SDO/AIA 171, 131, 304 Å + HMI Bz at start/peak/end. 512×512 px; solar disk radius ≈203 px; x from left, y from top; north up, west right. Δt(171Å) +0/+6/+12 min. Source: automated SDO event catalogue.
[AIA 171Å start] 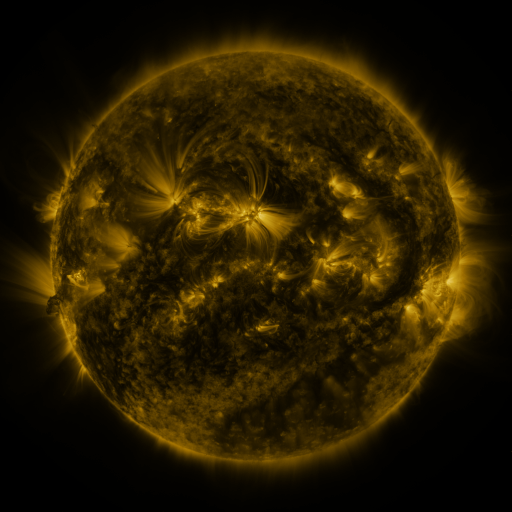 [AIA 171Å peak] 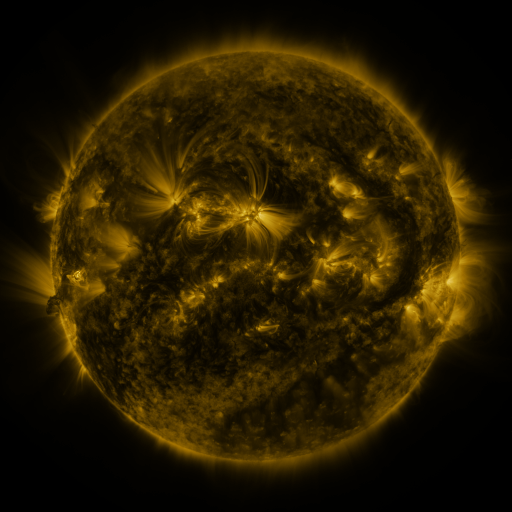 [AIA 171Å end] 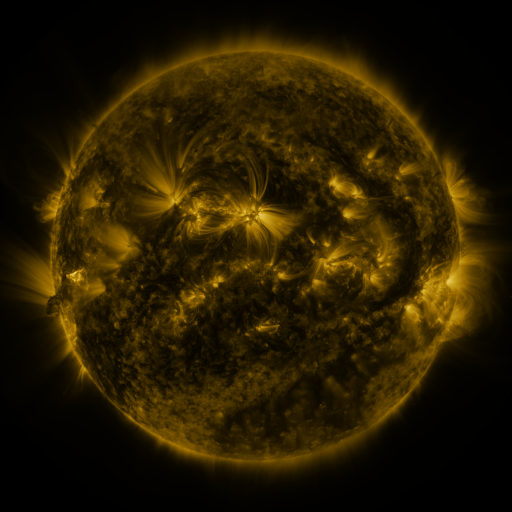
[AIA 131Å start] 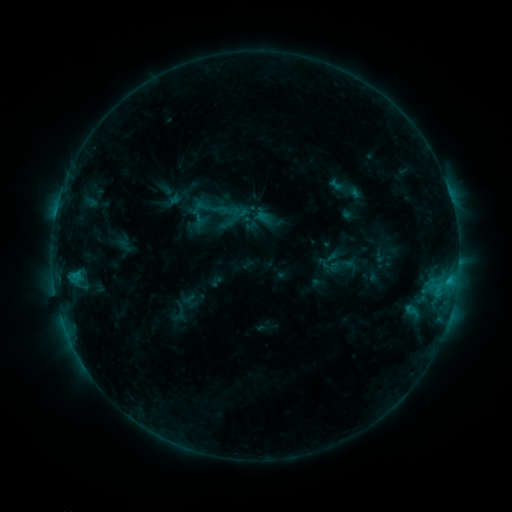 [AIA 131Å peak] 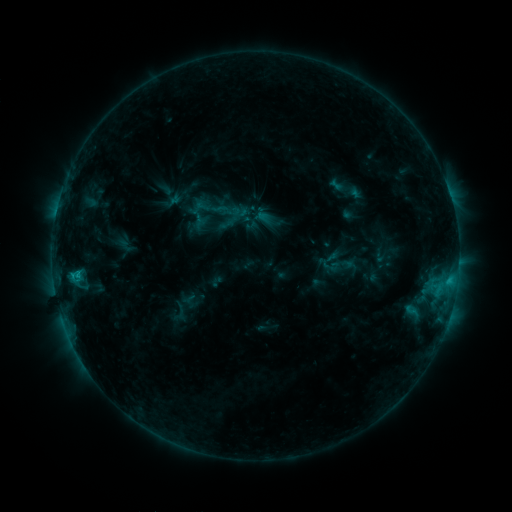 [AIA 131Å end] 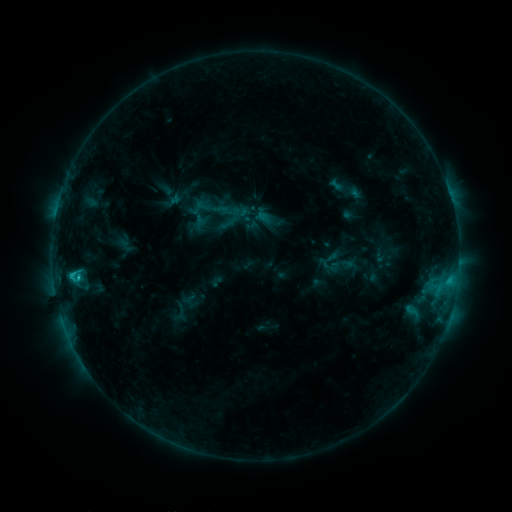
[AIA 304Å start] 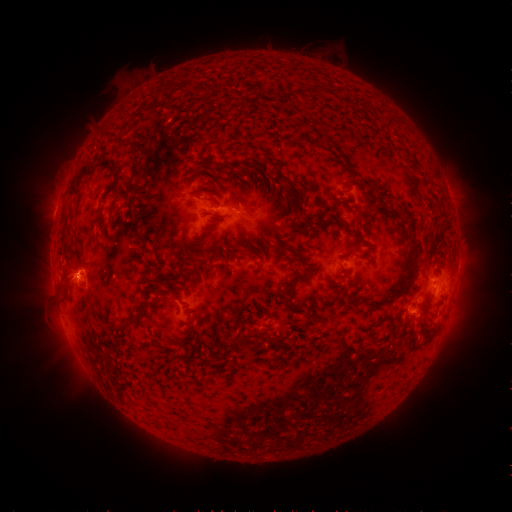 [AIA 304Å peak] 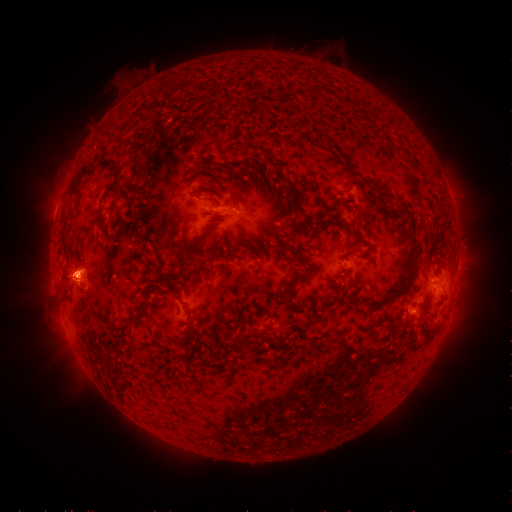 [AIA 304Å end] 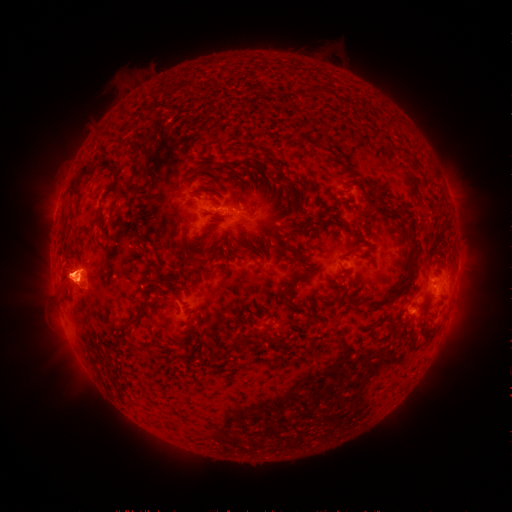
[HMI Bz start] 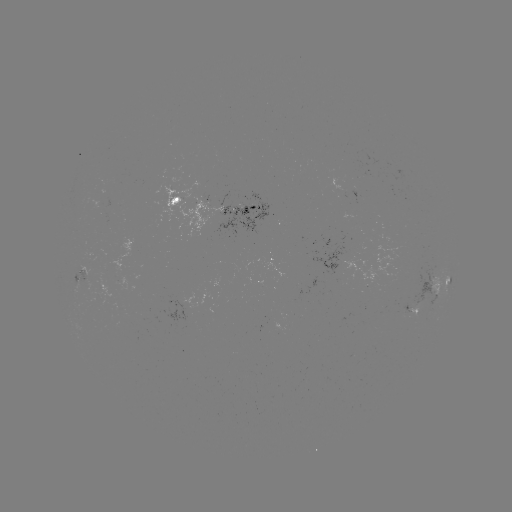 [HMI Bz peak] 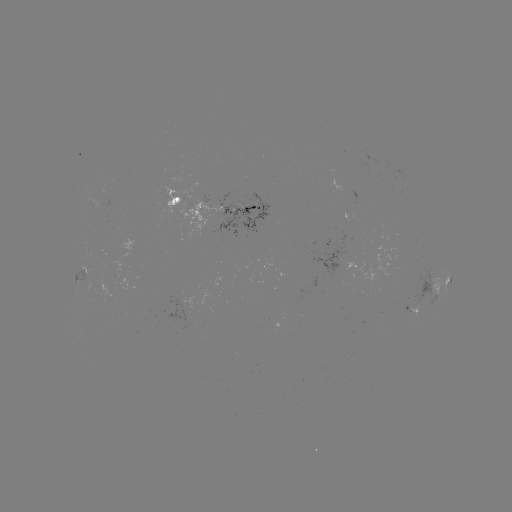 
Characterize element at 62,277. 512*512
eruption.